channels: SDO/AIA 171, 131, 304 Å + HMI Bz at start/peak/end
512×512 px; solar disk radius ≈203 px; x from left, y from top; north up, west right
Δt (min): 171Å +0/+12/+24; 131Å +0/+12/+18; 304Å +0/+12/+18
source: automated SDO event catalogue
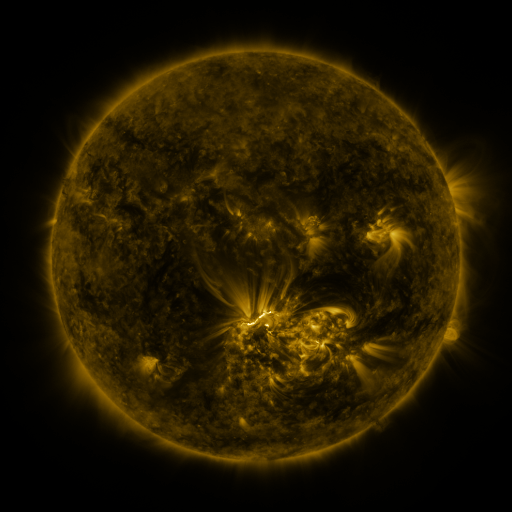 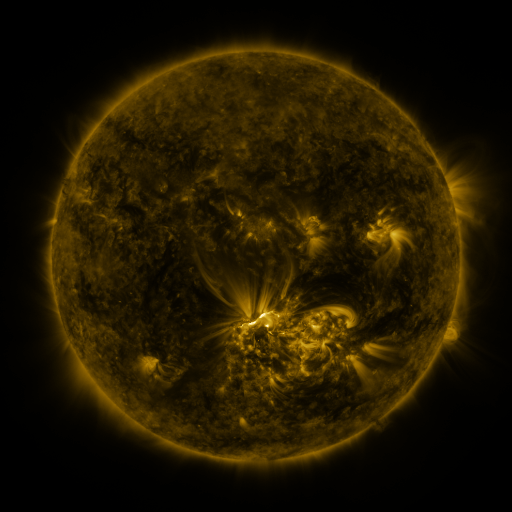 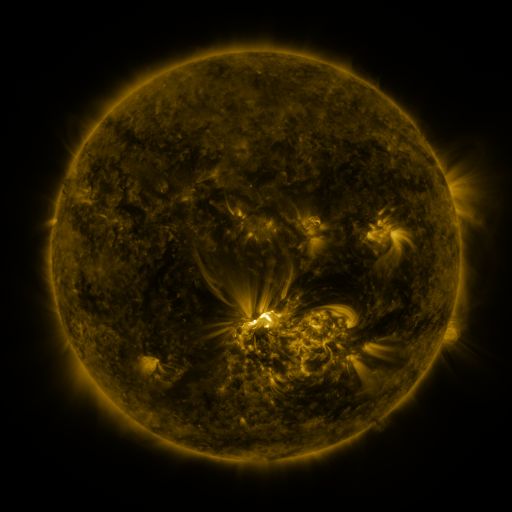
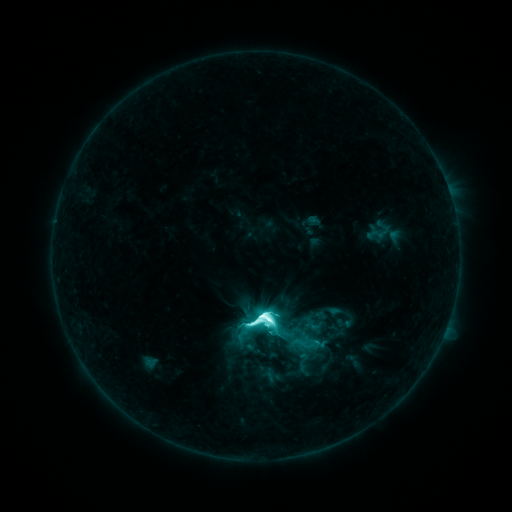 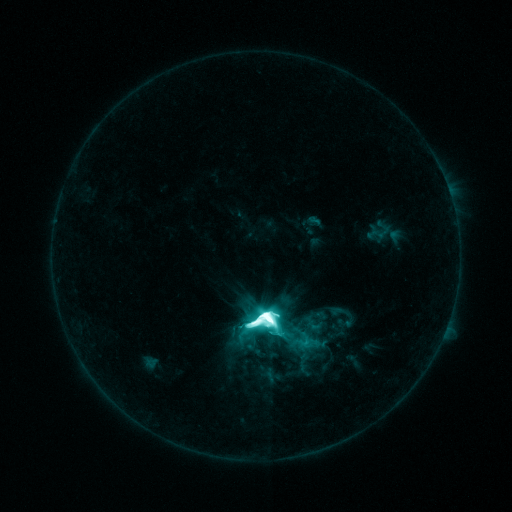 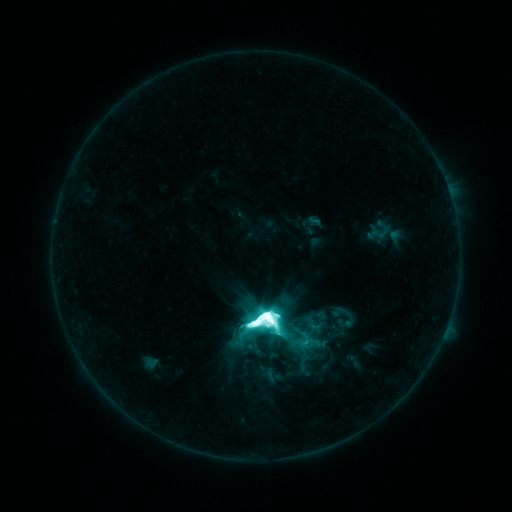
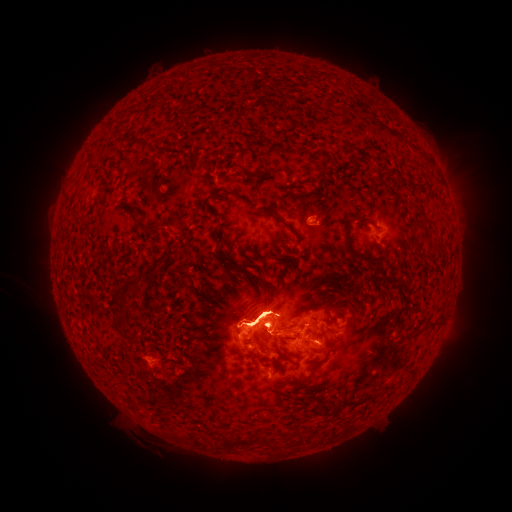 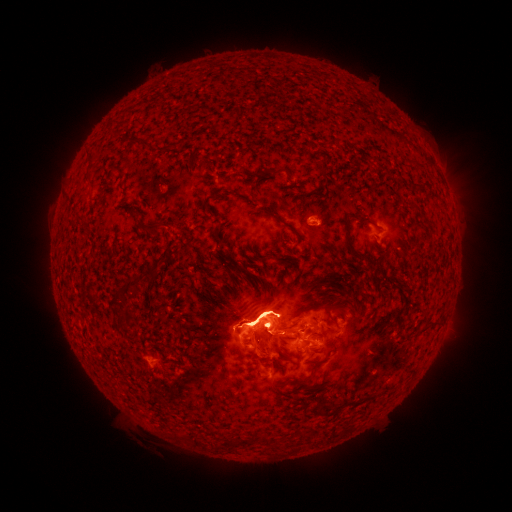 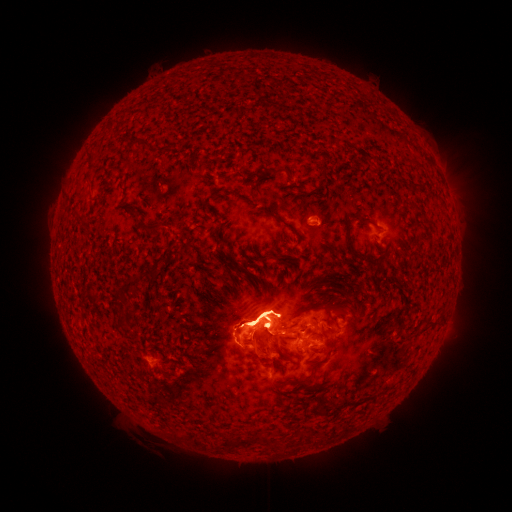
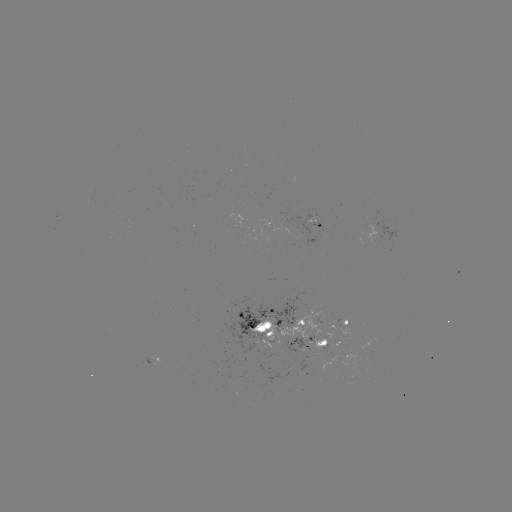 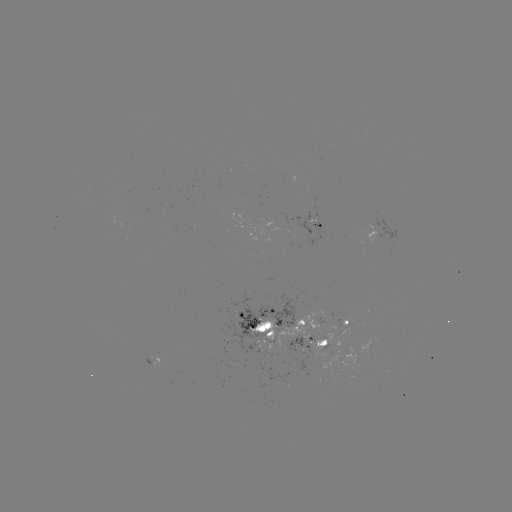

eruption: (228, 238, 286, 266)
